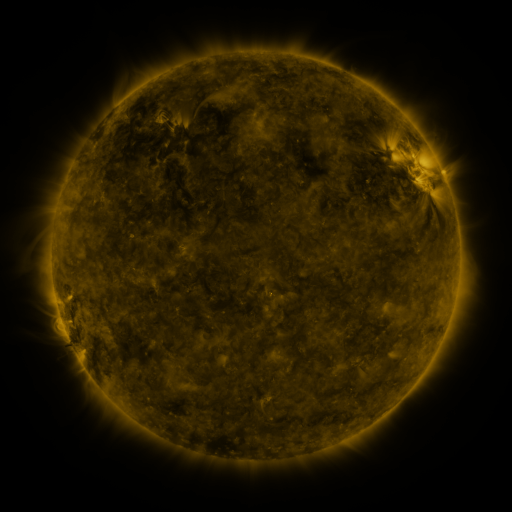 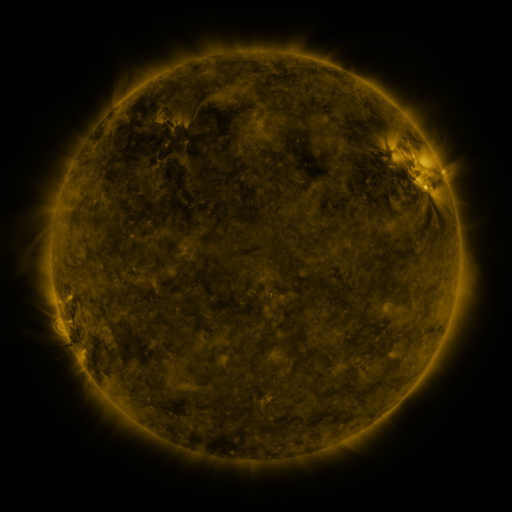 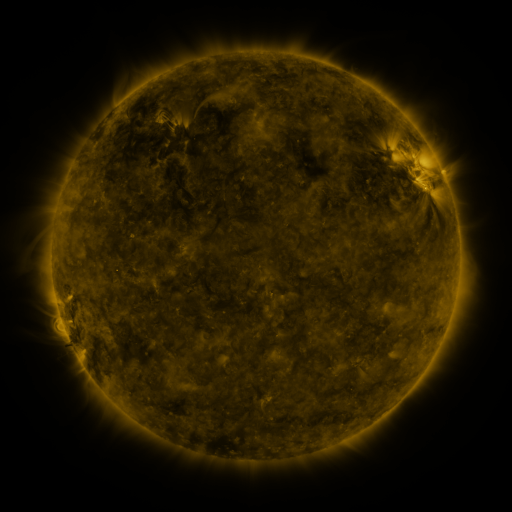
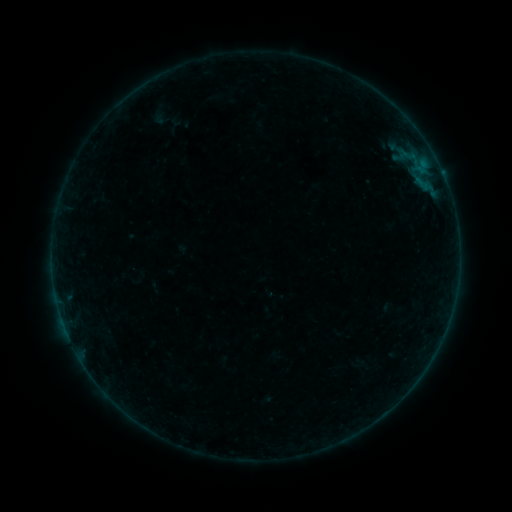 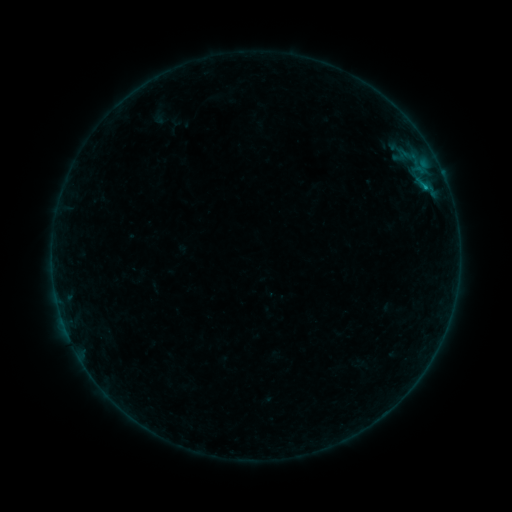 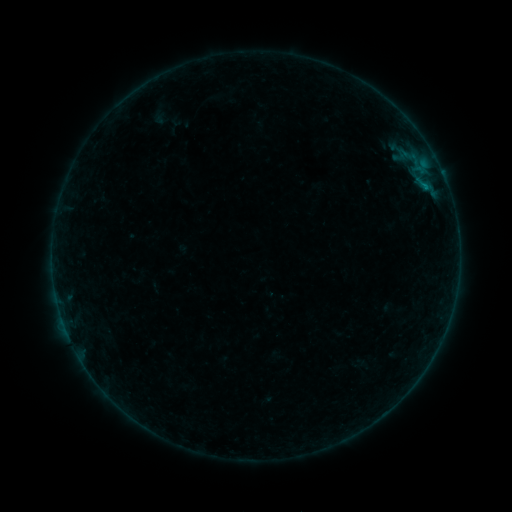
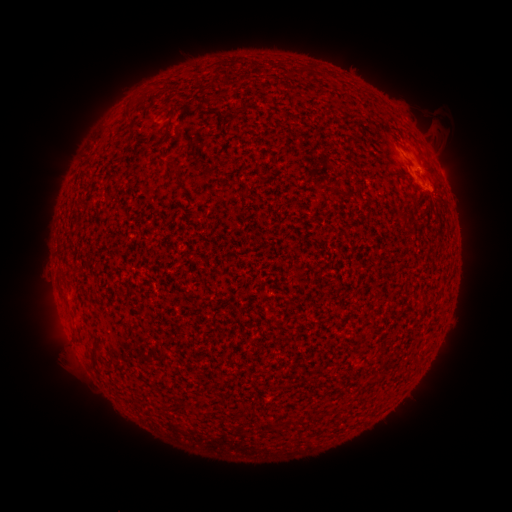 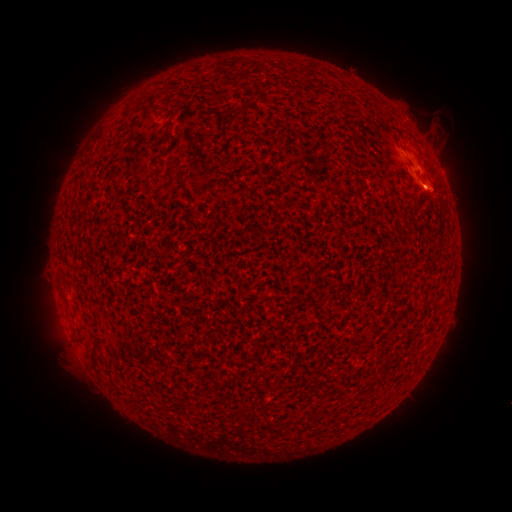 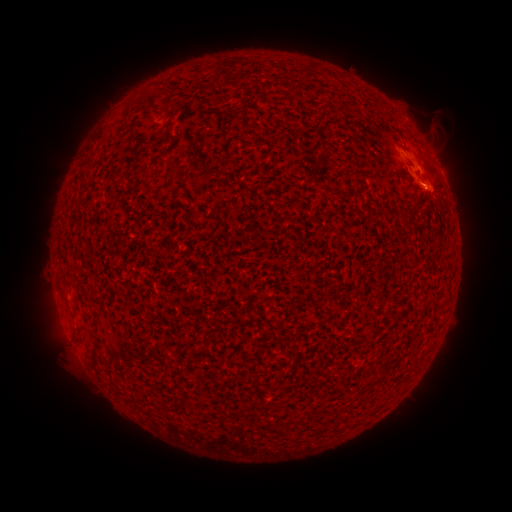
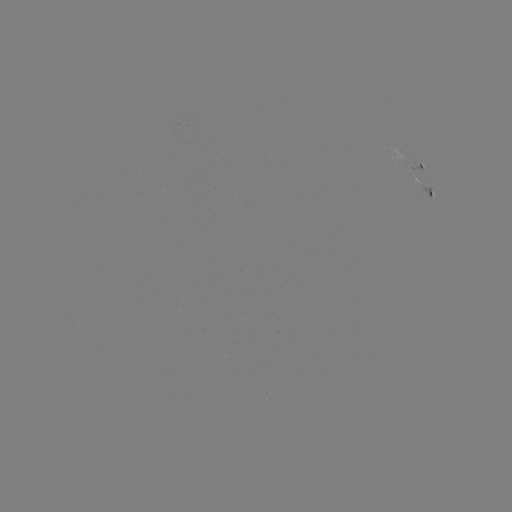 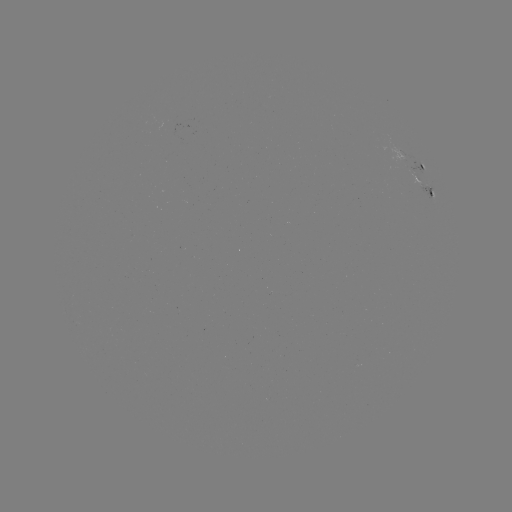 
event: flare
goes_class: B2.3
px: (424, 187)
